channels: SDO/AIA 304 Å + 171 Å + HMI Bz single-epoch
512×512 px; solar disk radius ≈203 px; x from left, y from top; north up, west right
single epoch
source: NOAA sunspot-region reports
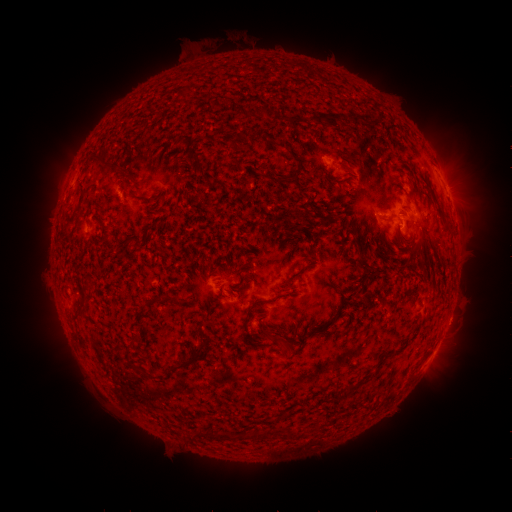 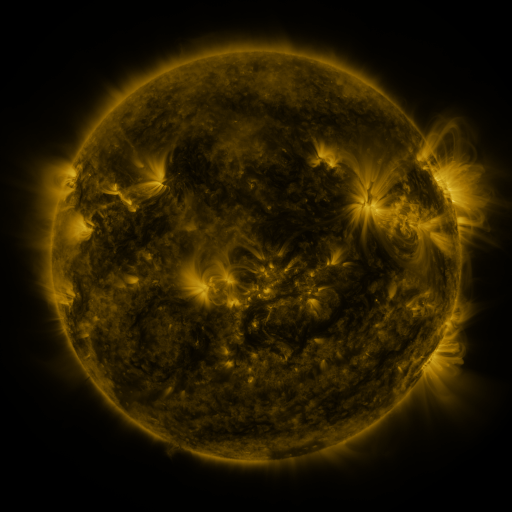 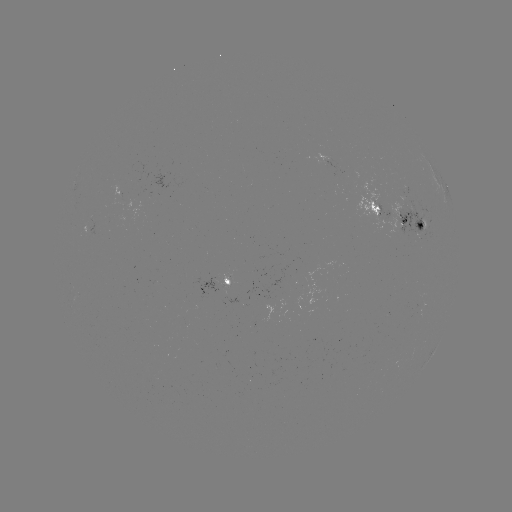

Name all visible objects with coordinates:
spotted active region: (447, 191)
spotted active region: (403, 219)
spotted active region: (93, 231)
spotted active region: (228, 285)
